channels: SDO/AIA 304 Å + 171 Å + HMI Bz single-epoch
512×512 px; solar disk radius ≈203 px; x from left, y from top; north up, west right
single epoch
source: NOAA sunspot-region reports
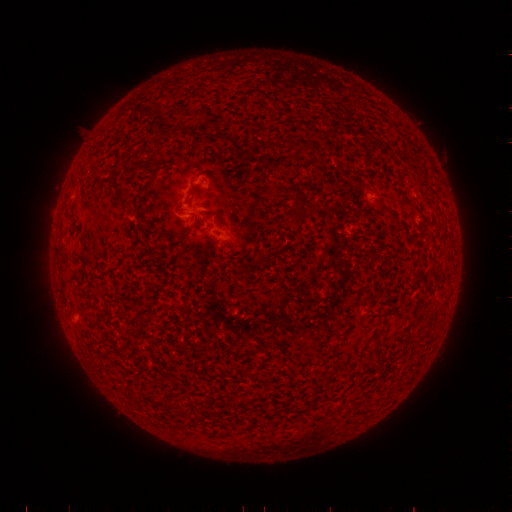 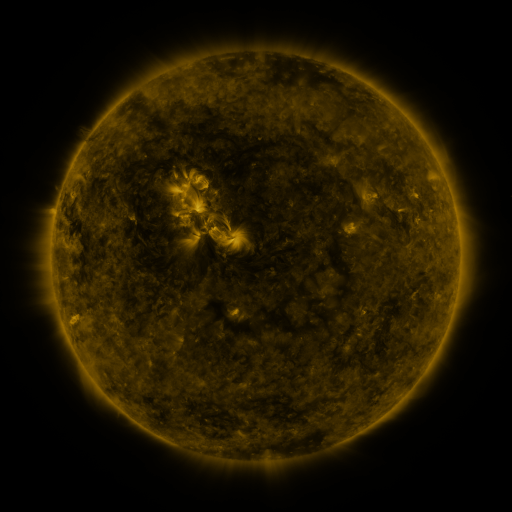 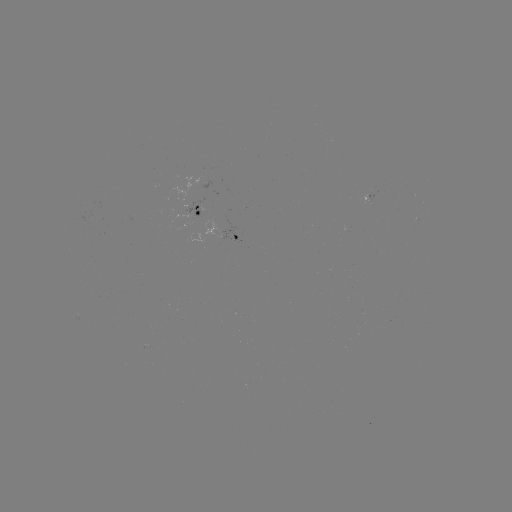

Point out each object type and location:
spotted active region: (200, 211)
spotted active region: (234, 235)
